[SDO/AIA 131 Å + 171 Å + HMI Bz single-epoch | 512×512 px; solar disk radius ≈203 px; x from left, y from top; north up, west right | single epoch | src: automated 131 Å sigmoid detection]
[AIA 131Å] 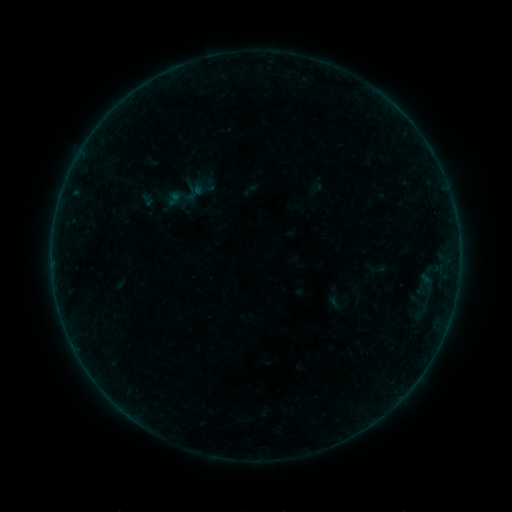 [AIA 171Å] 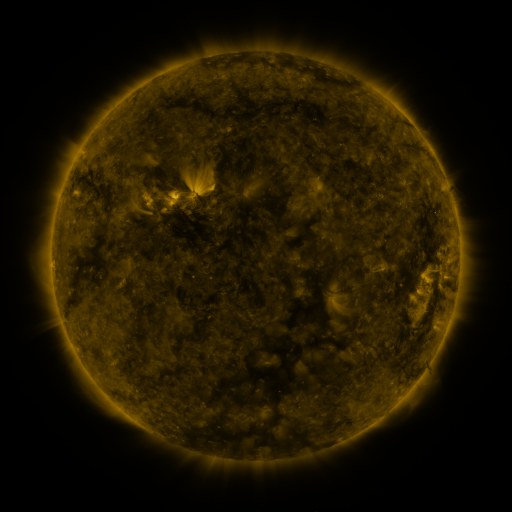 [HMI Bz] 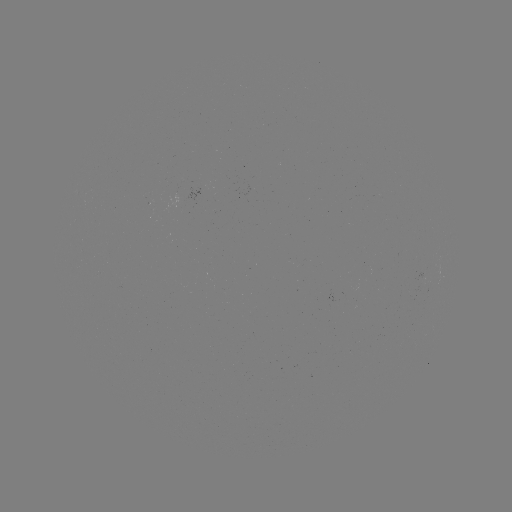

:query sigmoid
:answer (377, 268)